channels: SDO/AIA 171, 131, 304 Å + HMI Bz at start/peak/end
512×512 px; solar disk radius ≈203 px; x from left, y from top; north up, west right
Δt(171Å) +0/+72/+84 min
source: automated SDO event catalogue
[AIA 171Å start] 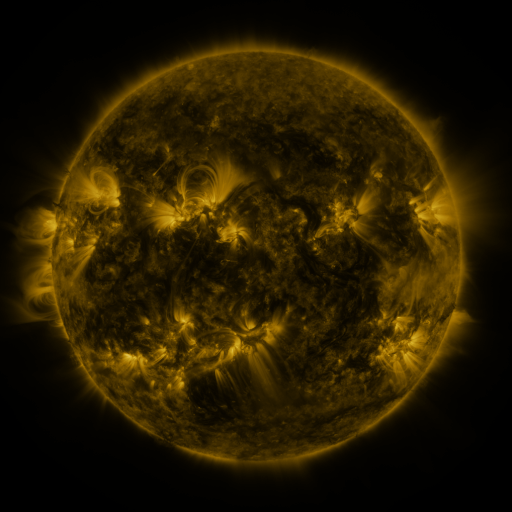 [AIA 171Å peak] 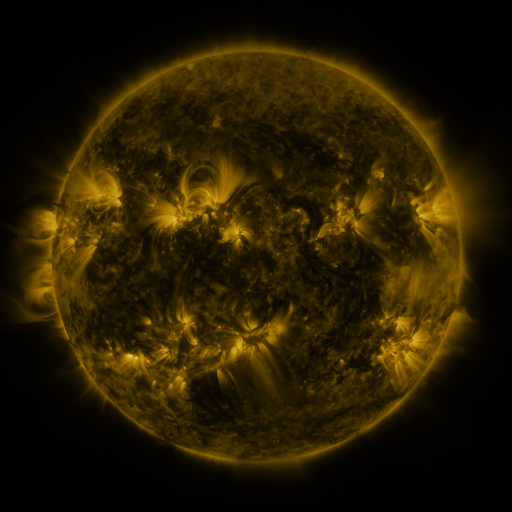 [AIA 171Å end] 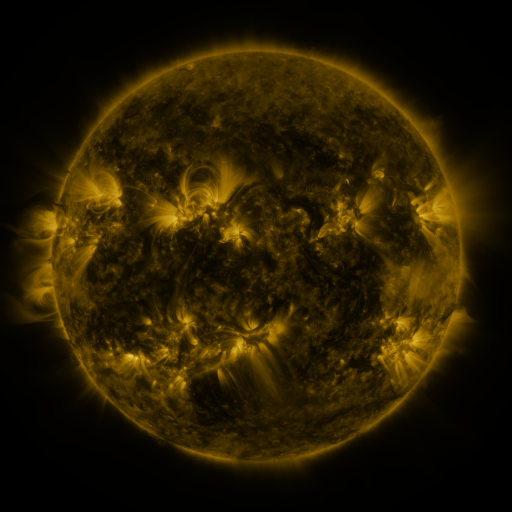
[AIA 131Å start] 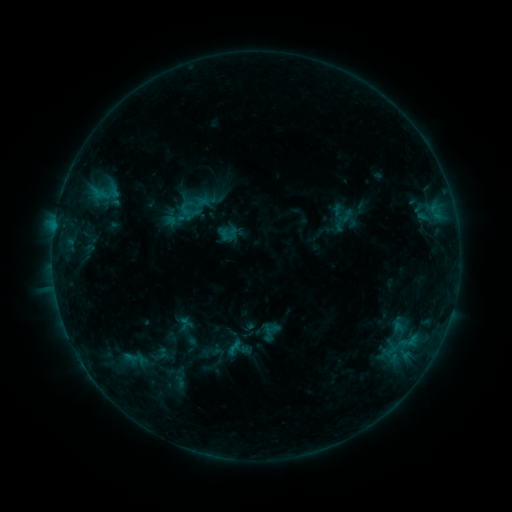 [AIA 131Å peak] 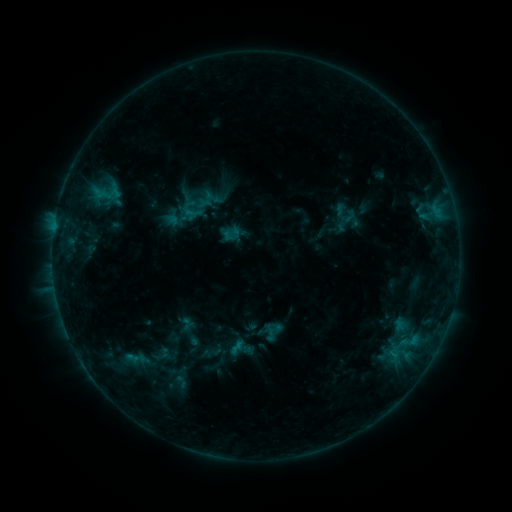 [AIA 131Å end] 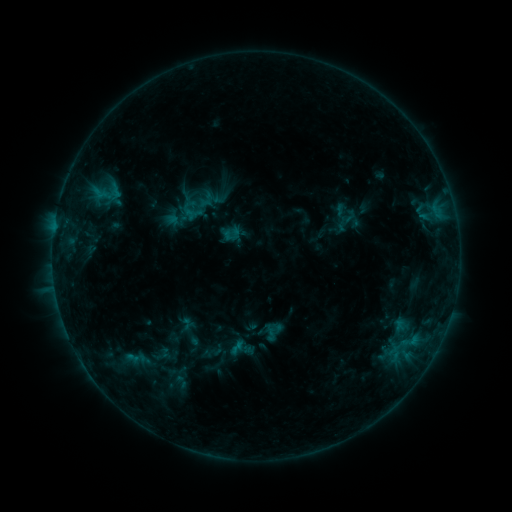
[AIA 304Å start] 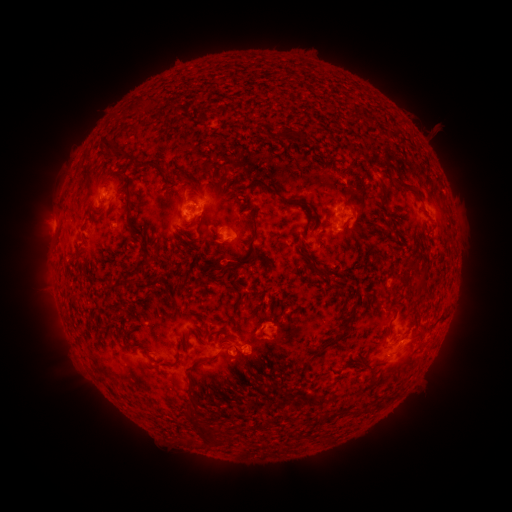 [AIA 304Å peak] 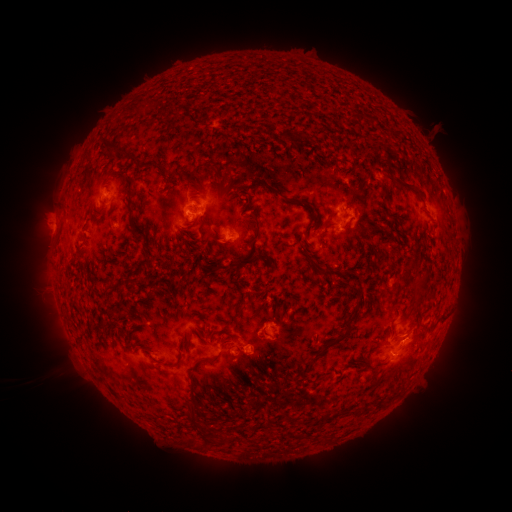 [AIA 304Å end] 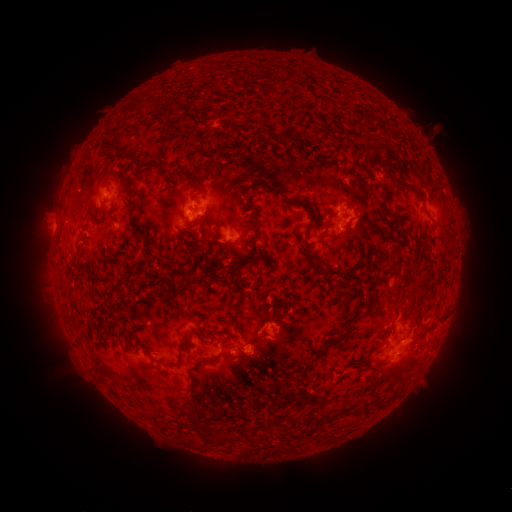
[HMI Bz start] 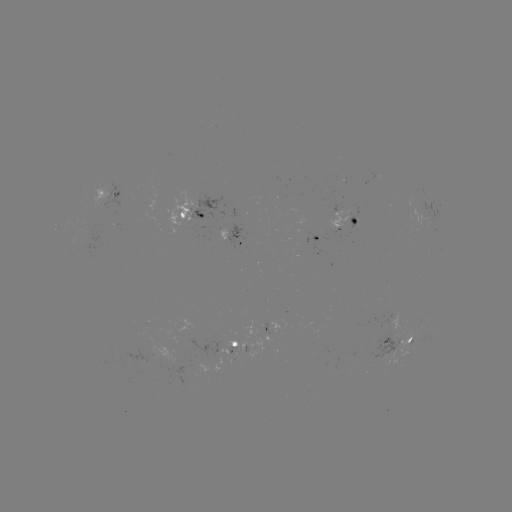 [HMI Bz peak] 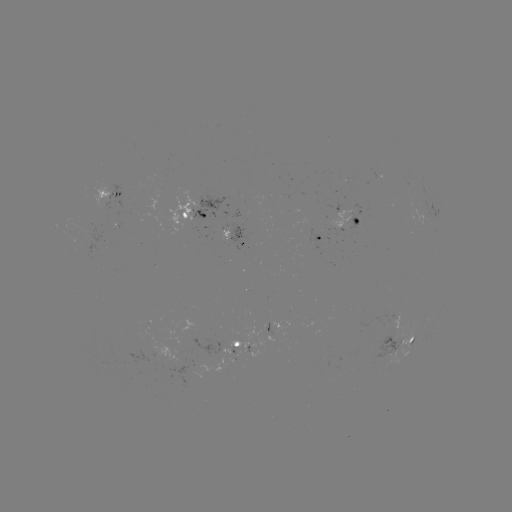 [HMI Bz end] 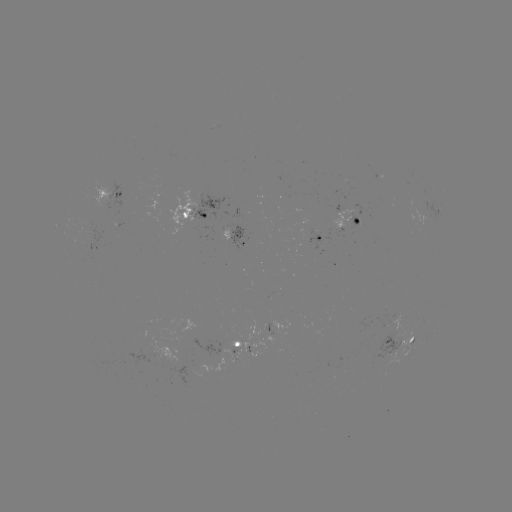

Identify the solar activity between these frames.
emerging-flux region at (356, 223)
